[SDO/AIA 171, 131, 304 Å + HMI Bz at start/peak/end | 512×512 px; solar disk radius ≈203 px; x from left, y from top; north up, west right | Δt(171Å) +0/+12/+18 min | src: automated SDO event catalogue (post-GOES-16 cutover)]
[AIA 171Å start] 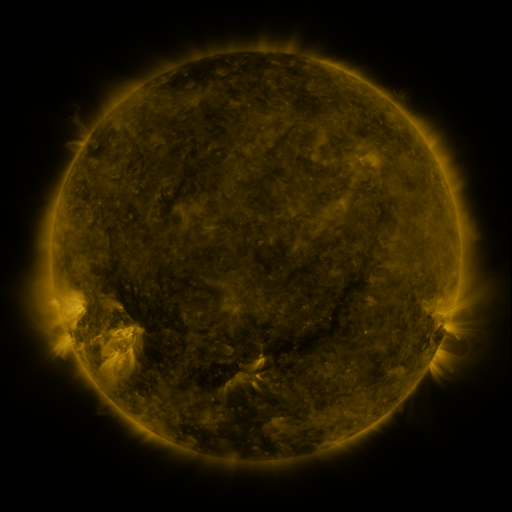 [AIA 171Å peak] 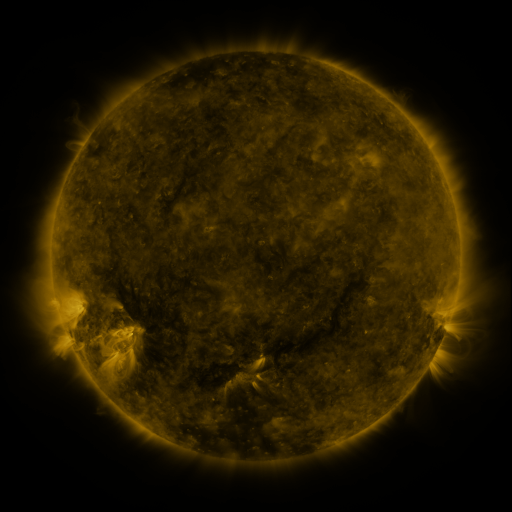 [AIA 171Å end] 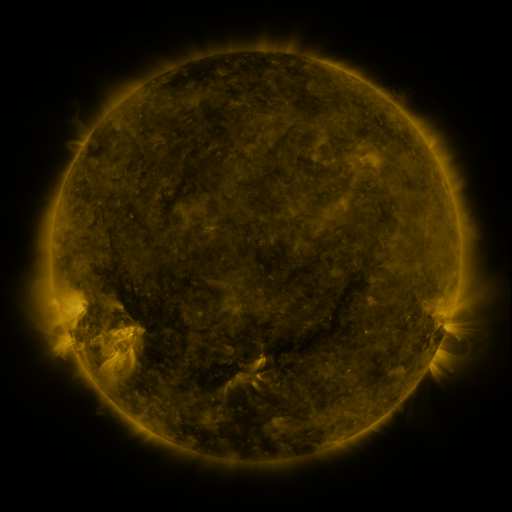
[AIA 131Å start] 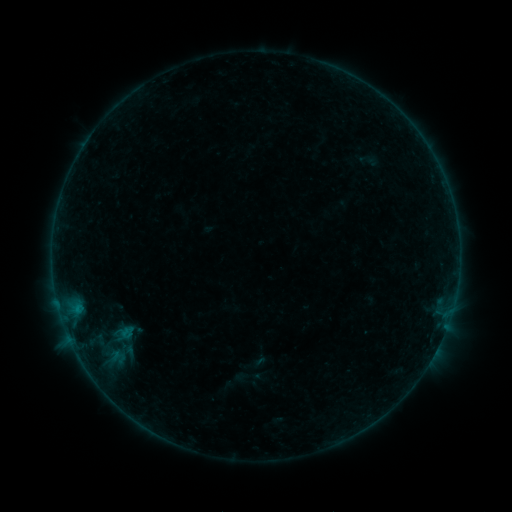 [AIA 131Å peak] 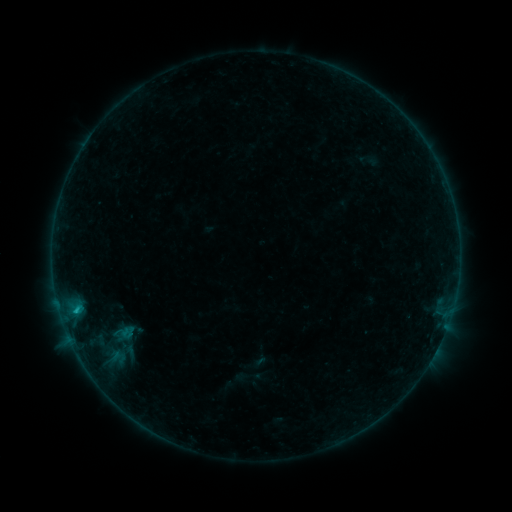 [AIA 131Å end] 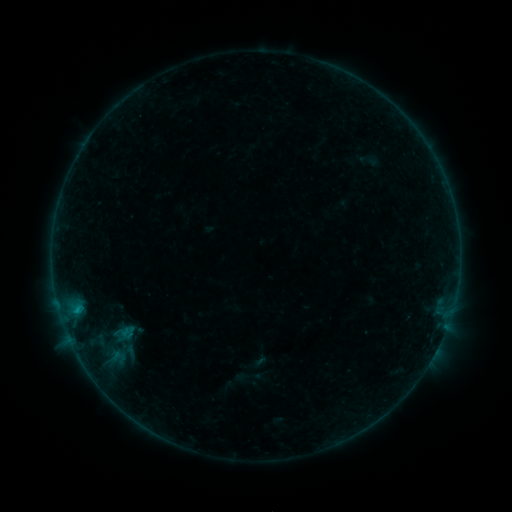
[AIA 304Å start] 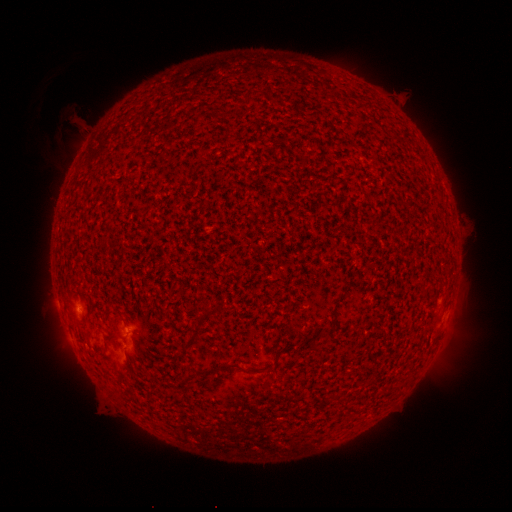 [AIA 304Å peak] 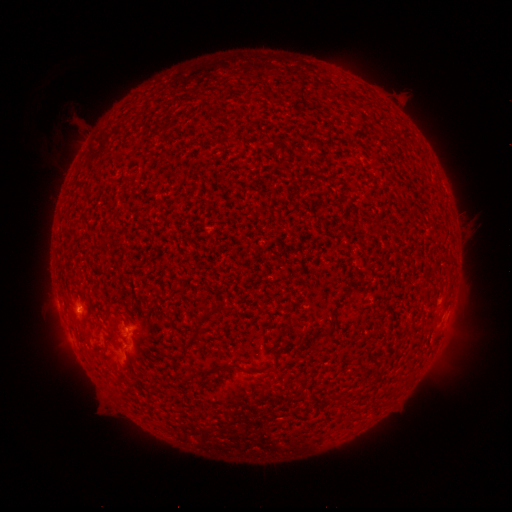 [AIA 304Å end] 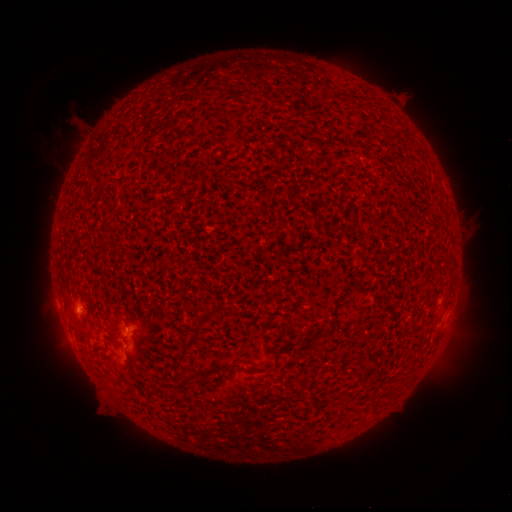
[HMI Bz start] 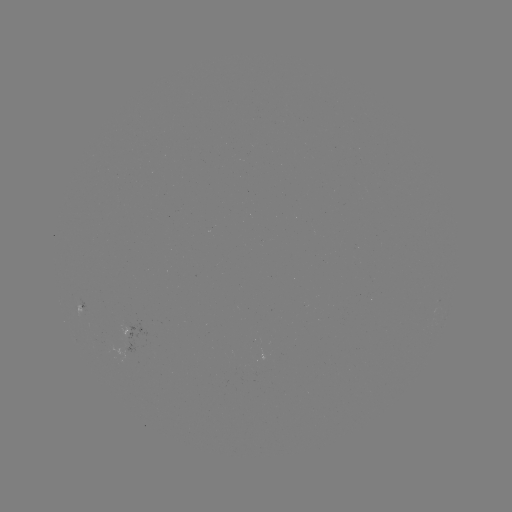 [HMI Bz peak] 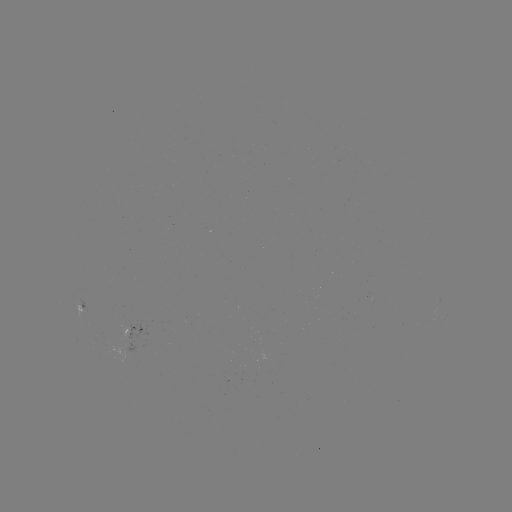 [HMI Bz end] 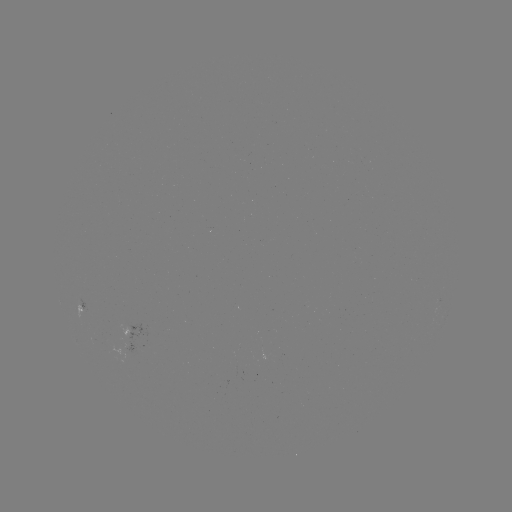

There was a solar flare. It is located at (76, 307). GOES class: B5.6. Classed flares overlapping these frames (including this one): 1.